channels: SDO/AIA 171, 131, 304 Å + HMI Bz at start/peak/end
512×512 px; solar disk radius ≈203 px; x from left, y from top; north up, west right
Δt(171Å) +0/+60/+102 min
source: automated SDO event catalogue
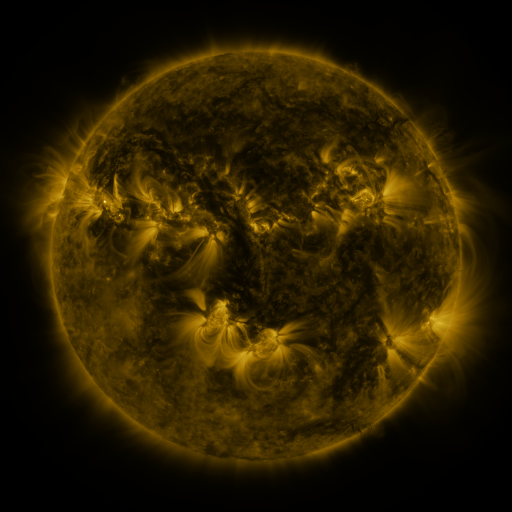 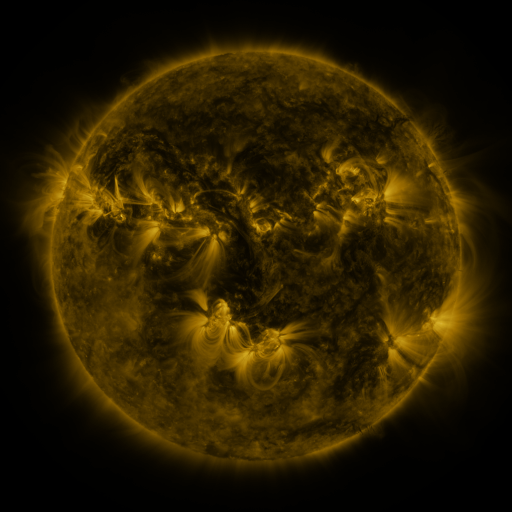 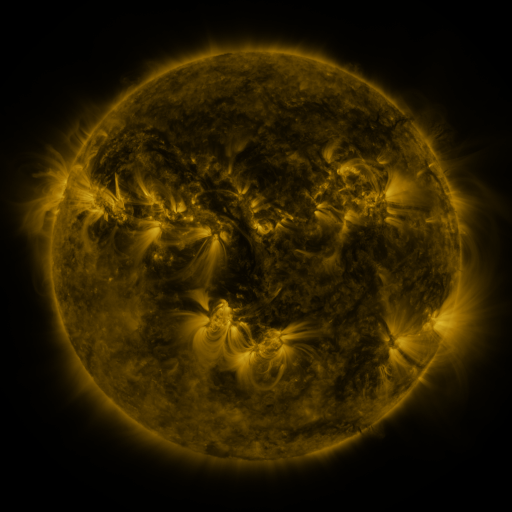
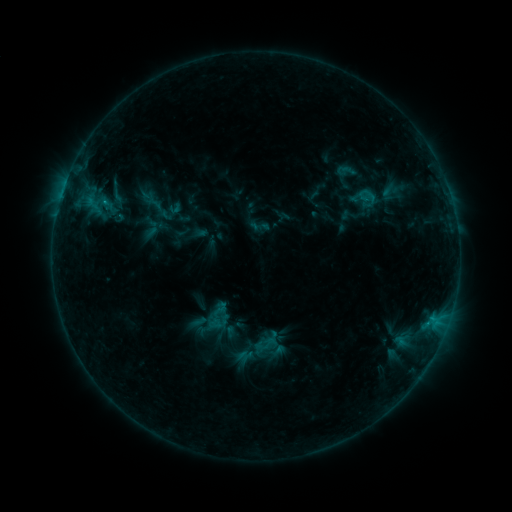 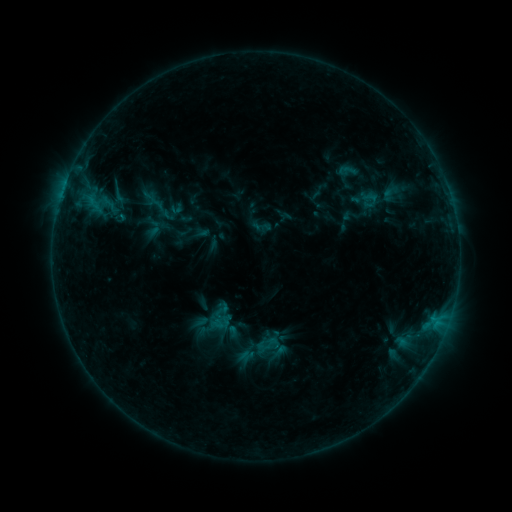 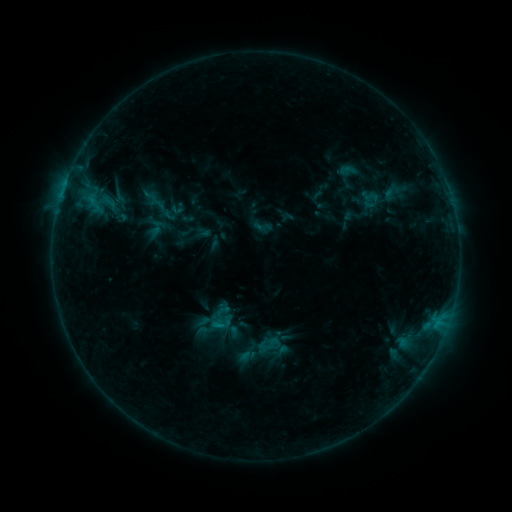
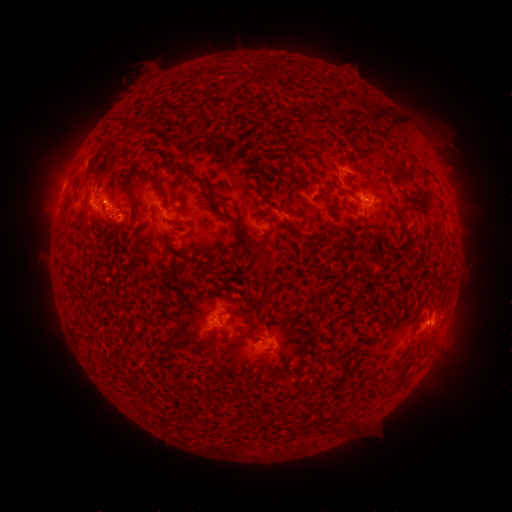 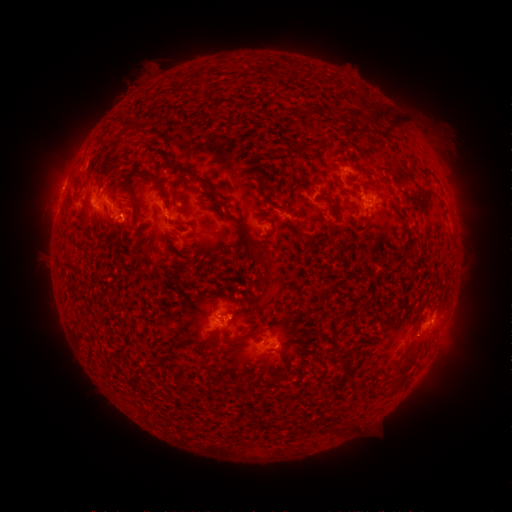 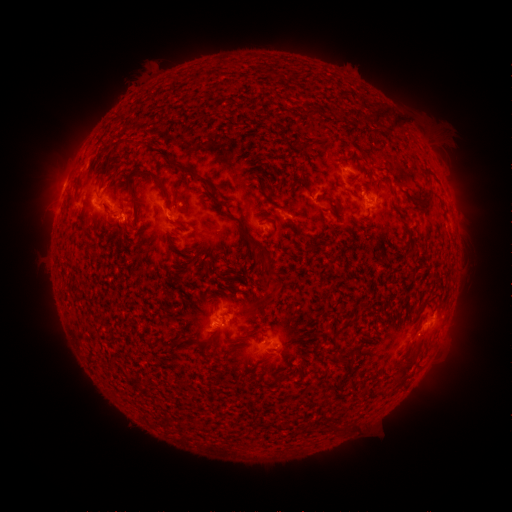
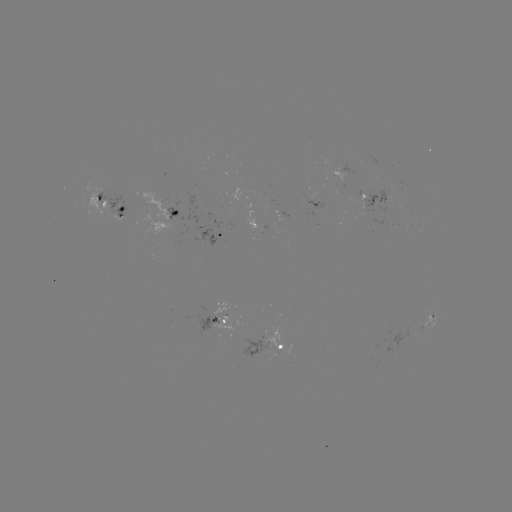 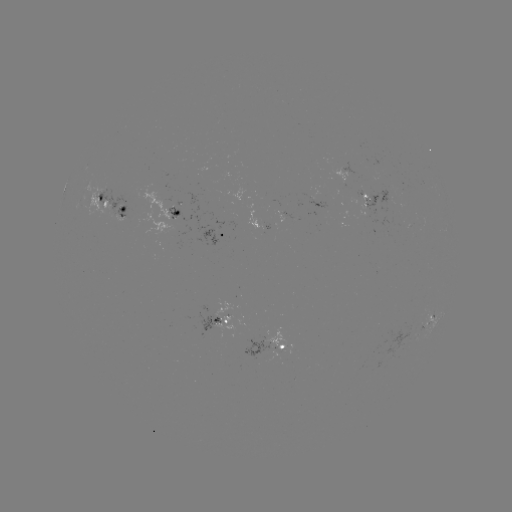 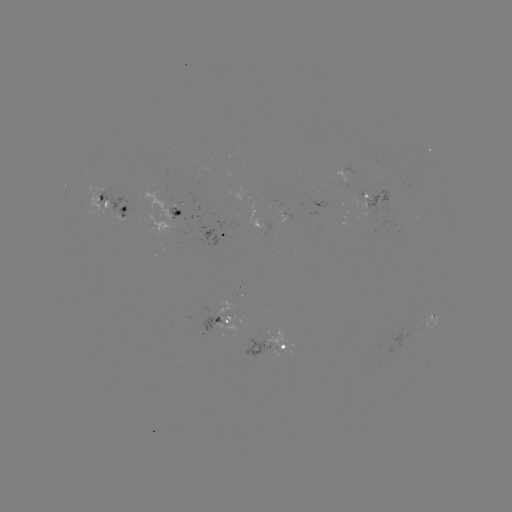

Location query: emerging-flux region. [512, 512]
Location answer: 405,189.